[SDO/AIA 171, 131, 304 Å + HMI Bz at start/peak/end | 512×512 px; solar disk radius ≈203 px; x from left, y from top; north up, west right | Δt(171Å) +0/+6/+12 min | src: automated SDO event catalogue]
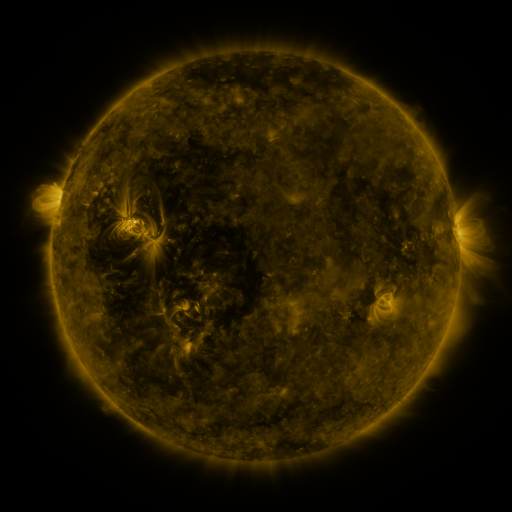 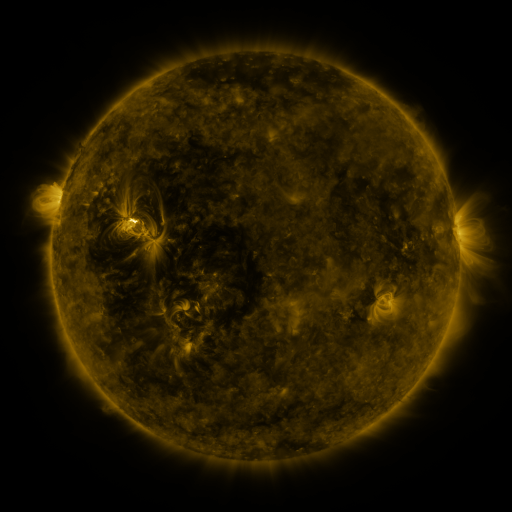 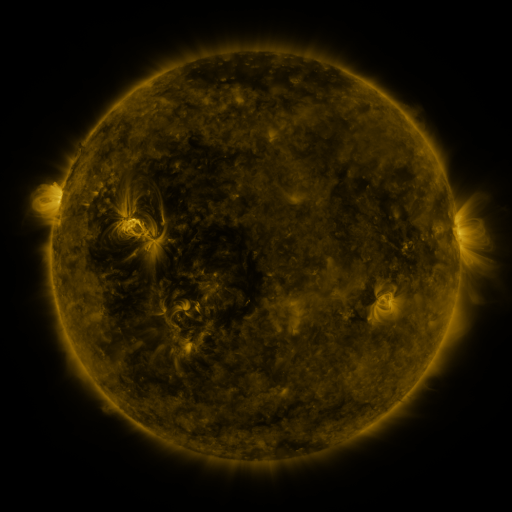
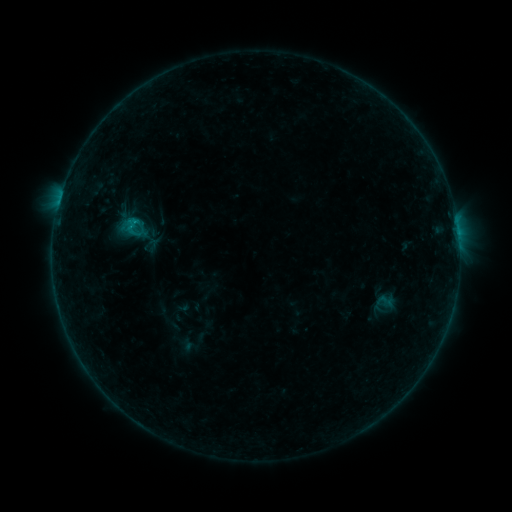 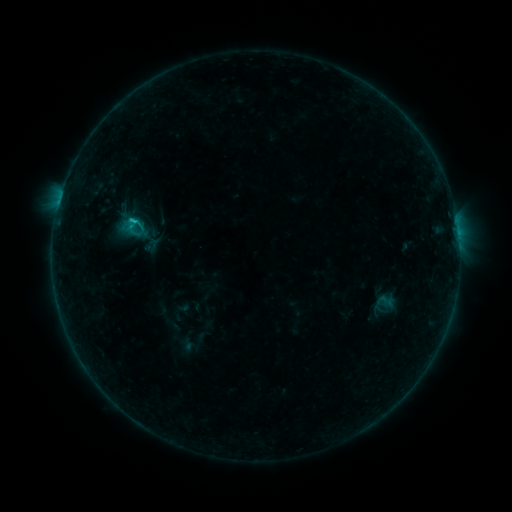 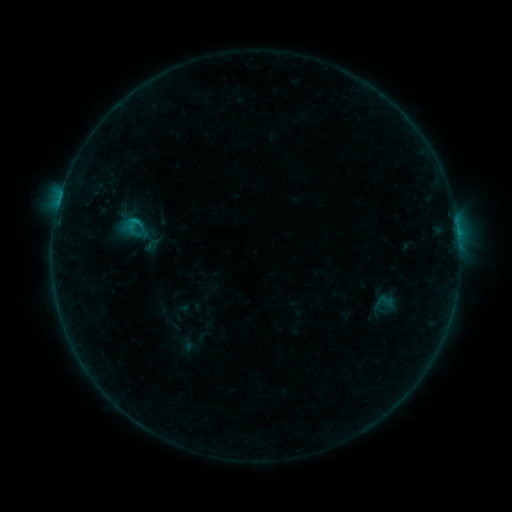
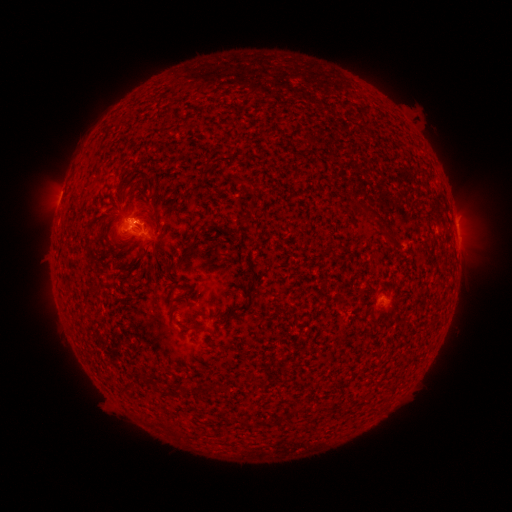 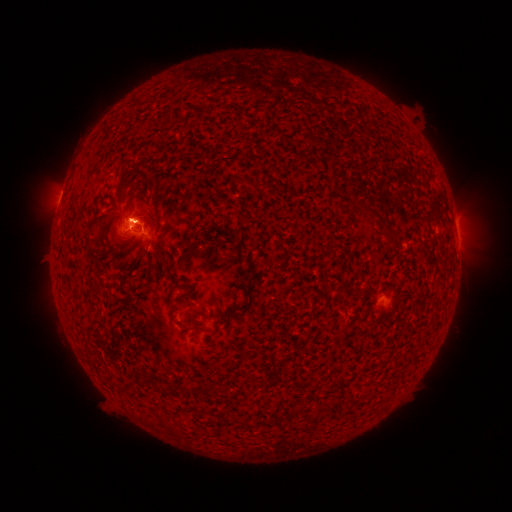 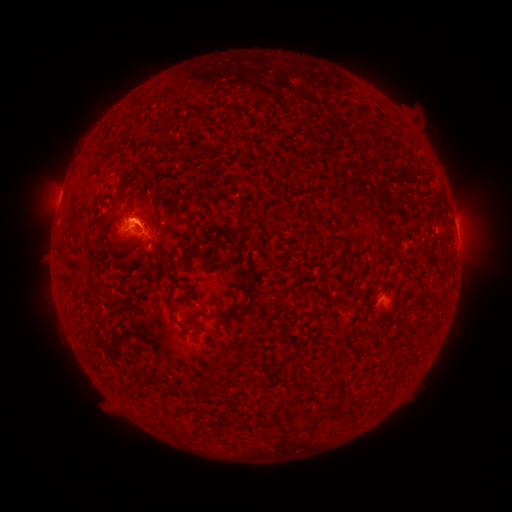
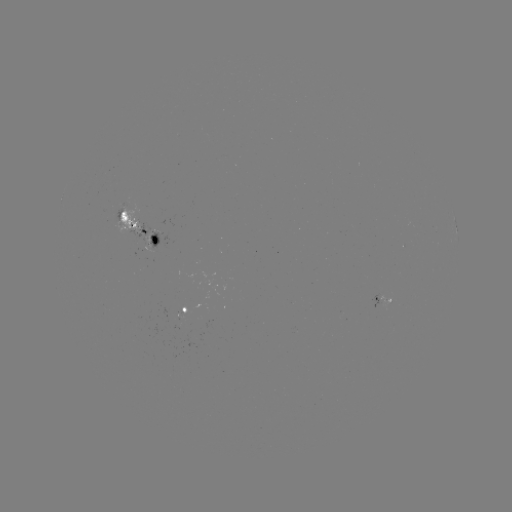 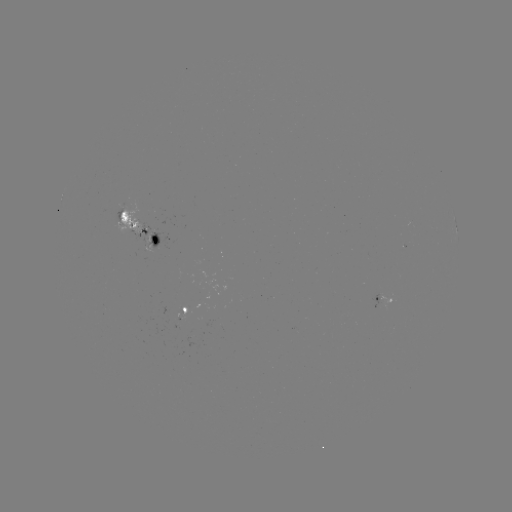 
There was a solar flare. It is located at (134, 223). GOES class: B6.2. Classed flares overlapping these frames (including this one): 1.